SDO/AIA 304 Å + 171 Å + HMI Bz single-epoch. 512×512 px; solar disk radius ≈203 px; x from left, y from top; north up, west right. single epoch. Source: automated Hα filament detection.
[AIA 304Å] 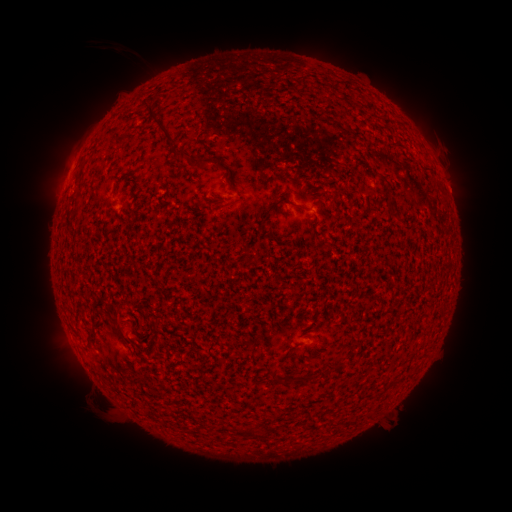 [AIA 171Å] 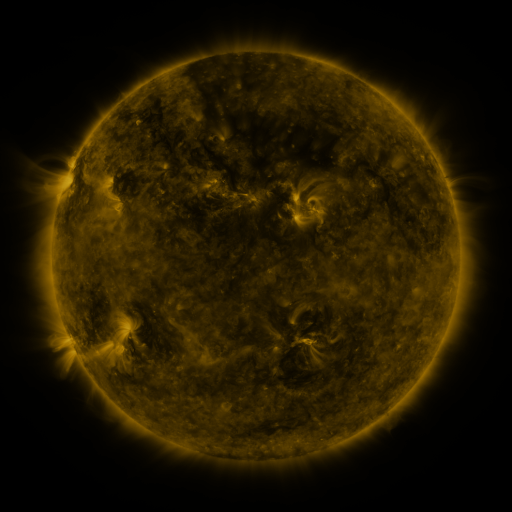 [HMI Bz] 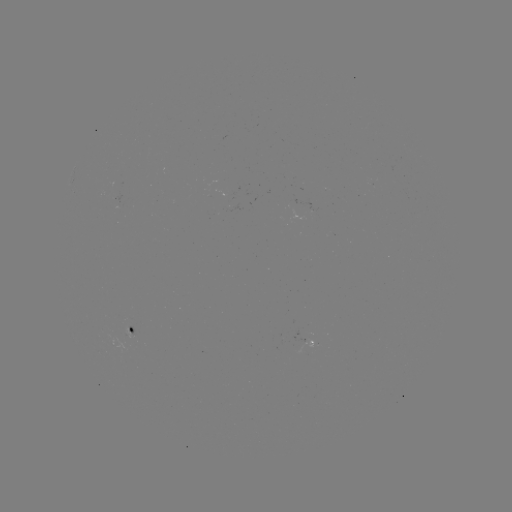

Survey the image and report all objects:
filament: (154, 113)
filament: (175, 143)
filament: (206, 161)
filament: (280, 203)
filament: (301, 208)
filament: (392, 214)
filament: (334, 369)
filament: (273, 373)
filament: (296, 379)
filament: (246, 433)
